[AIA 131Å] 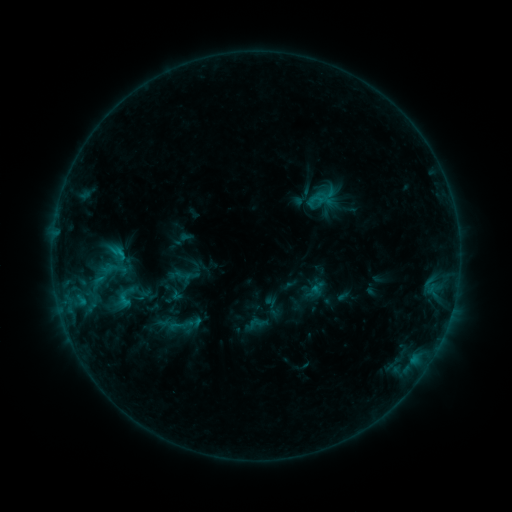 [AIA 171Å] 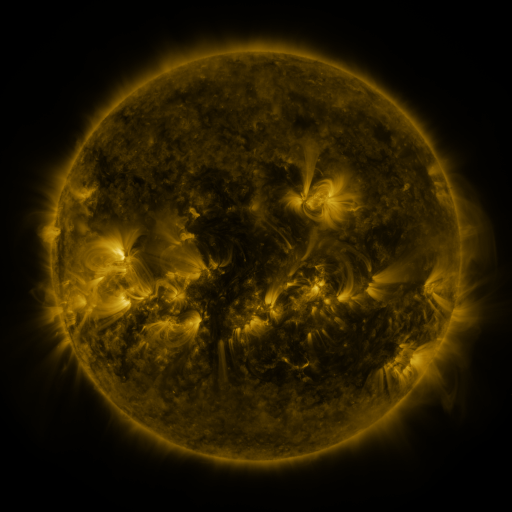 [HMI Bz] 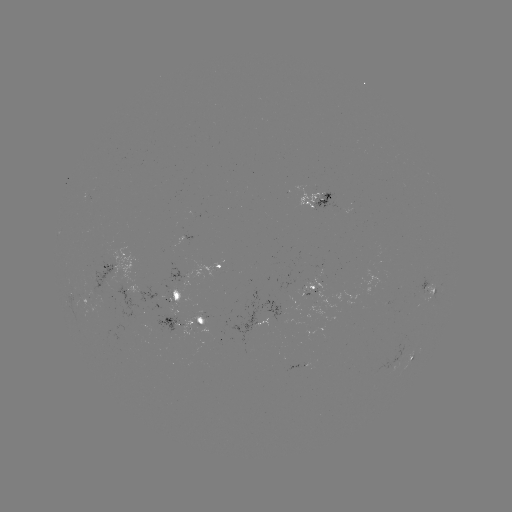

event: sigmoid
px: (117, 253)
